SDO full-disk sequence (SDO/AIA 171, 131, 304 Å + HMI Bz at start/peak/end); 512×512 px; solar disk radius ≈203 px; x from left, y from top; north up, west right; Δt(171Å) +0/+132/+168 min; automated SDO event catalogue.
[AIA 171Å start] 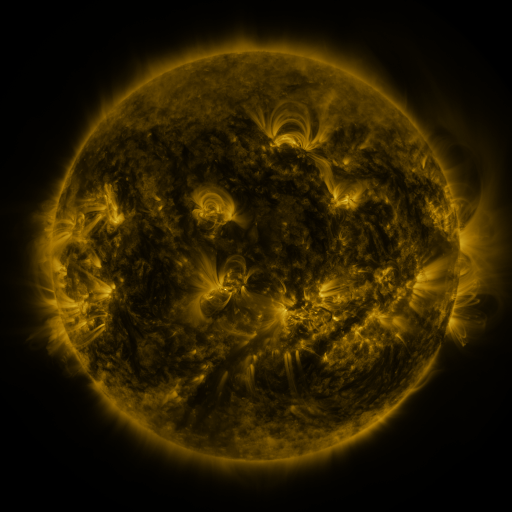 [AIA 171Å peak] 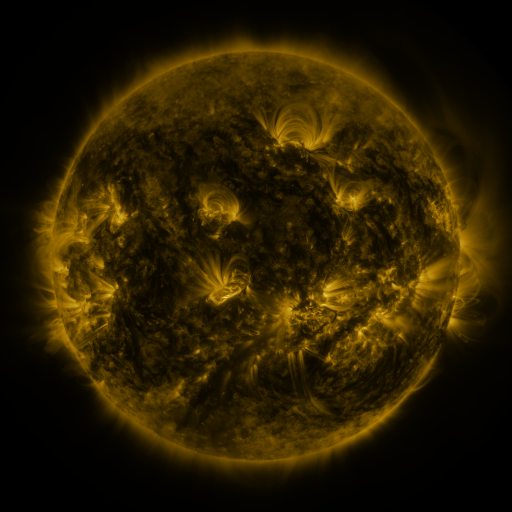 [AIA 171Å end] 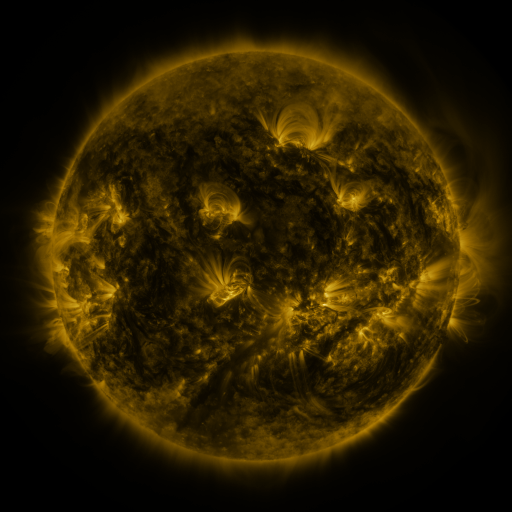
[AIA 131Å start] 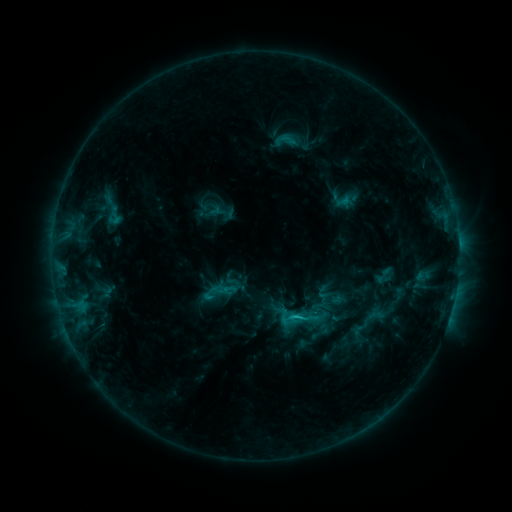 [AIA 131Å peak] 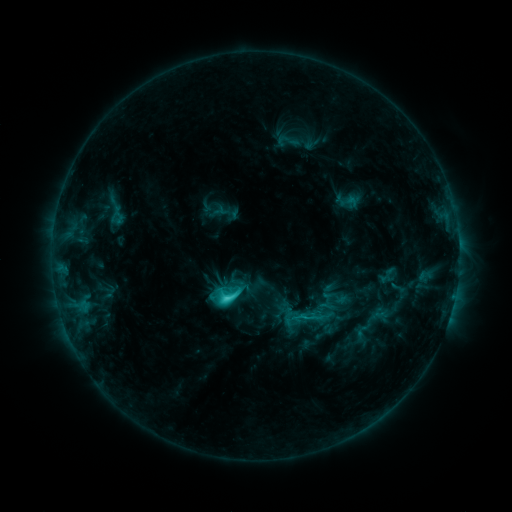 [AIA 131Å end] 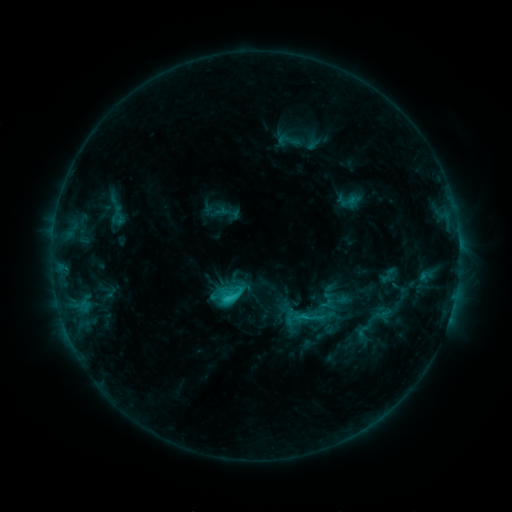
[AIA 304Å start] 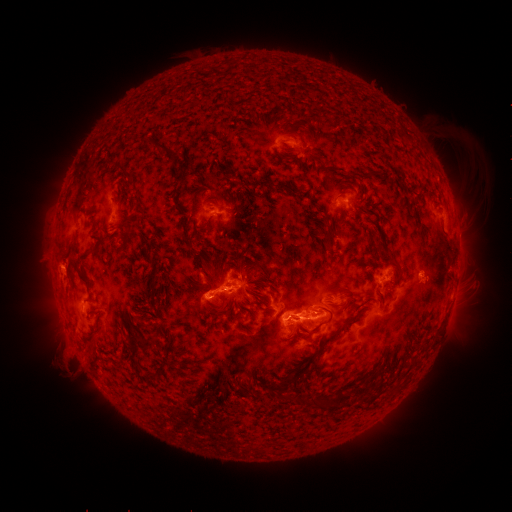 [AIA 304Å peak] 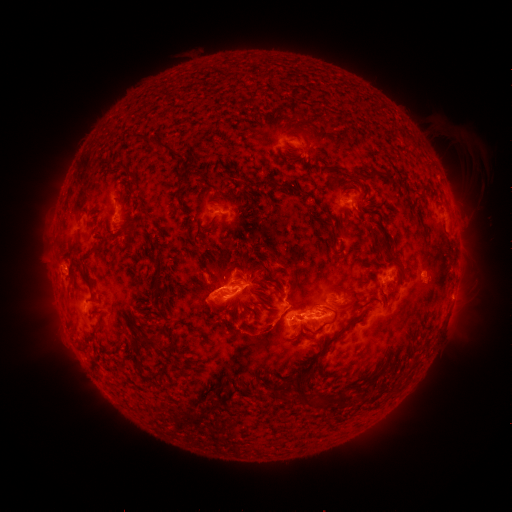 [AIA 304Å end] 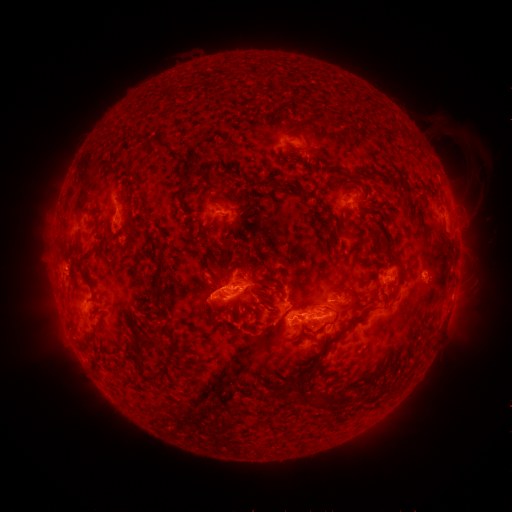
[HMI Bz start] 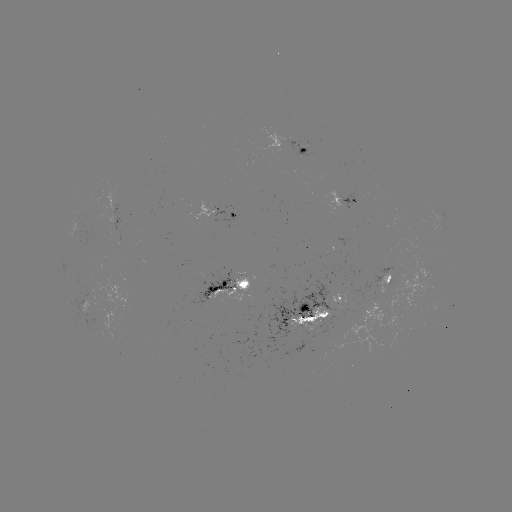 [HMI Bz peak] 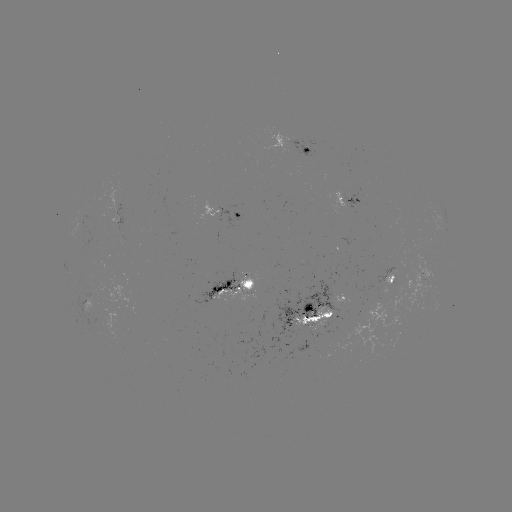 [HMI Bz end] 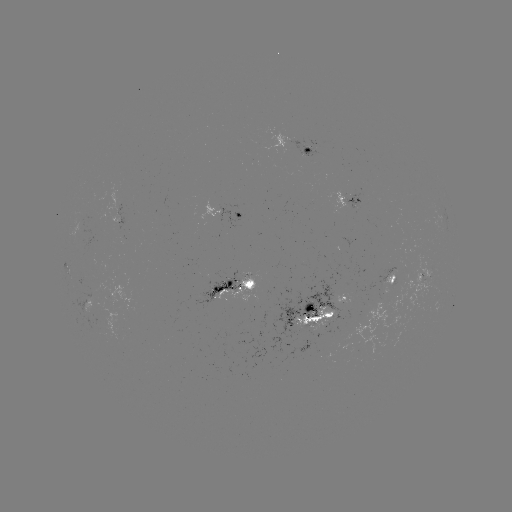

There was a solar emerging-flux region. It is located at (98, 211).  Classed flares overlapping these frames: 2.